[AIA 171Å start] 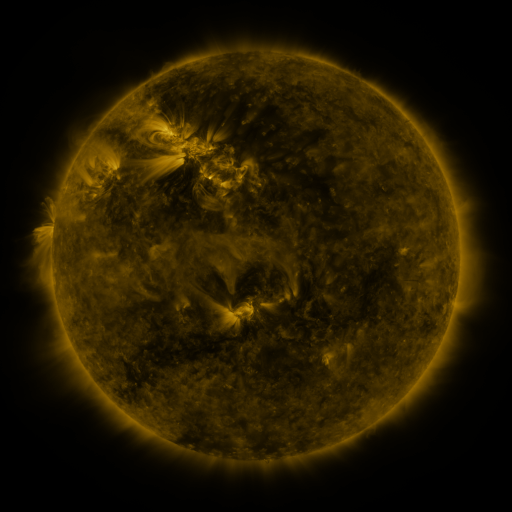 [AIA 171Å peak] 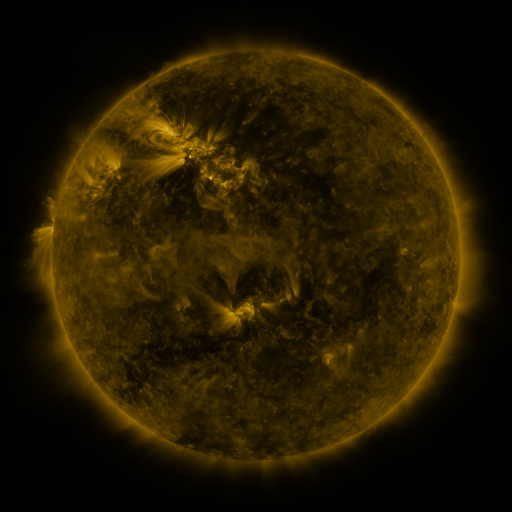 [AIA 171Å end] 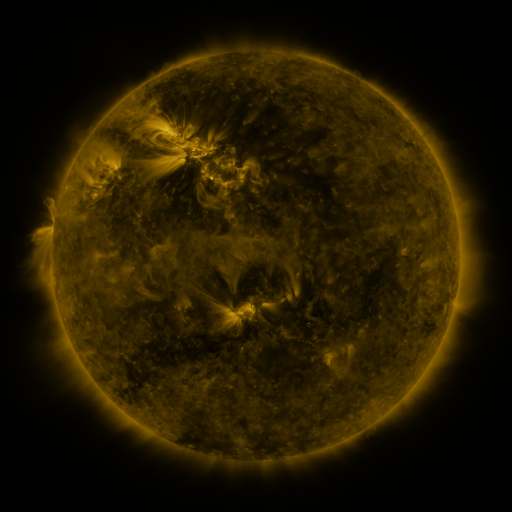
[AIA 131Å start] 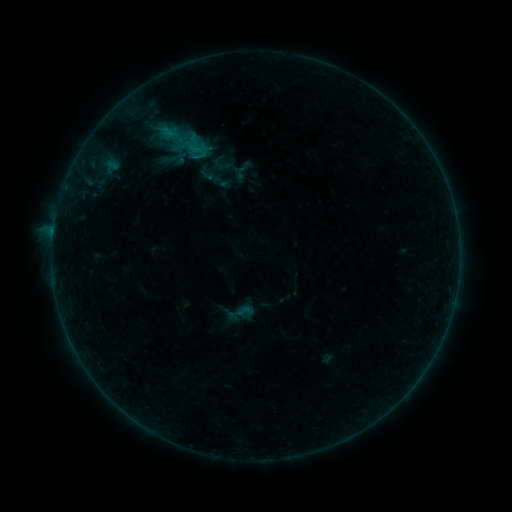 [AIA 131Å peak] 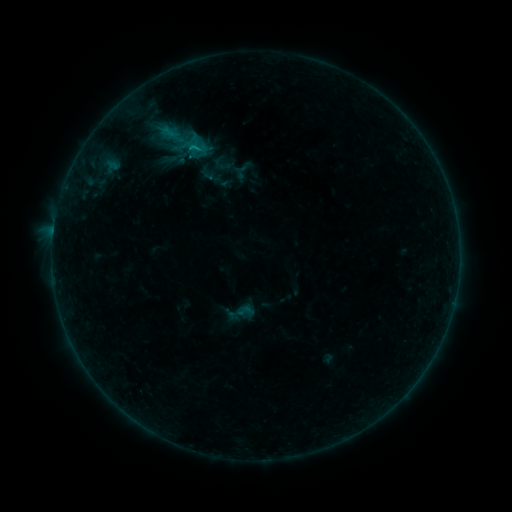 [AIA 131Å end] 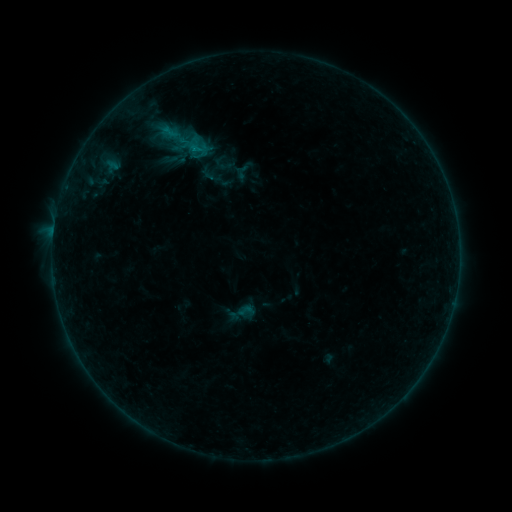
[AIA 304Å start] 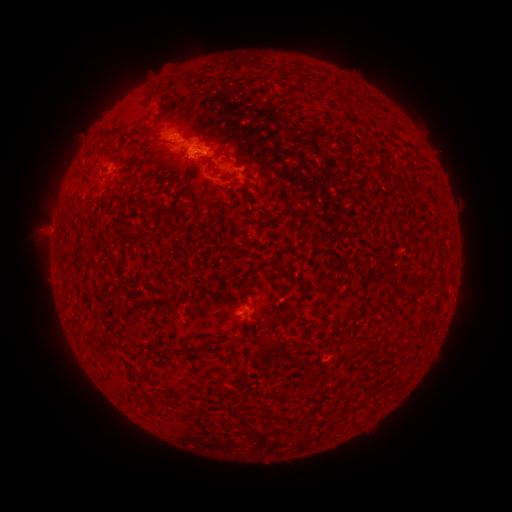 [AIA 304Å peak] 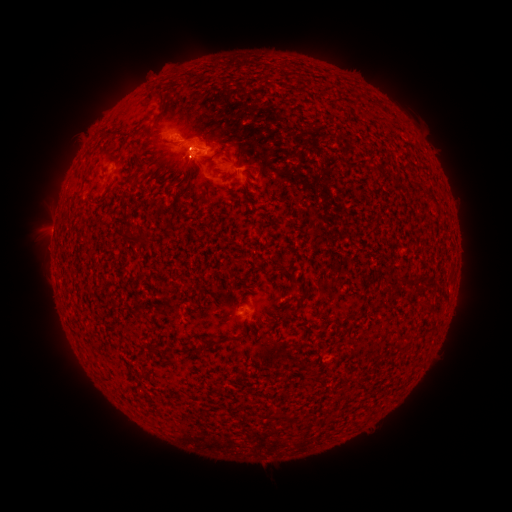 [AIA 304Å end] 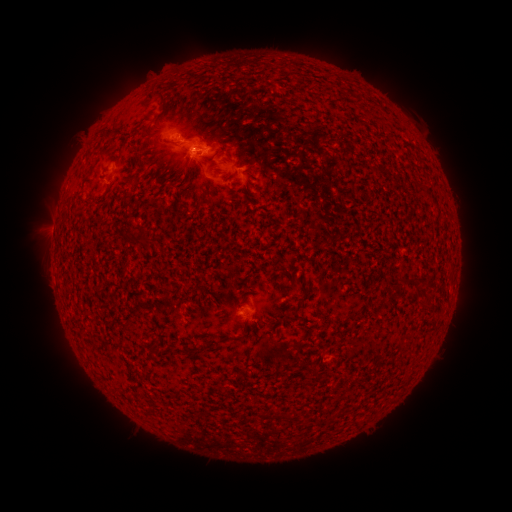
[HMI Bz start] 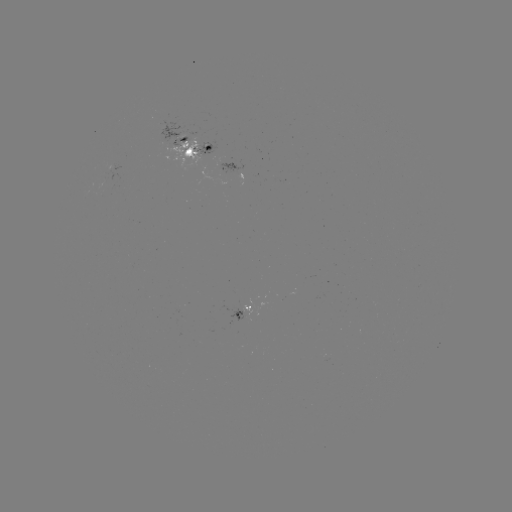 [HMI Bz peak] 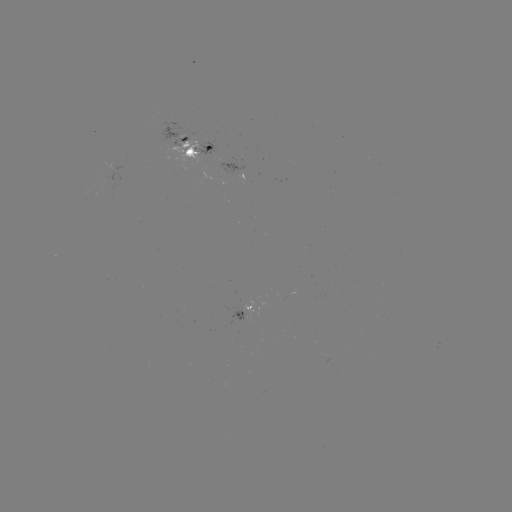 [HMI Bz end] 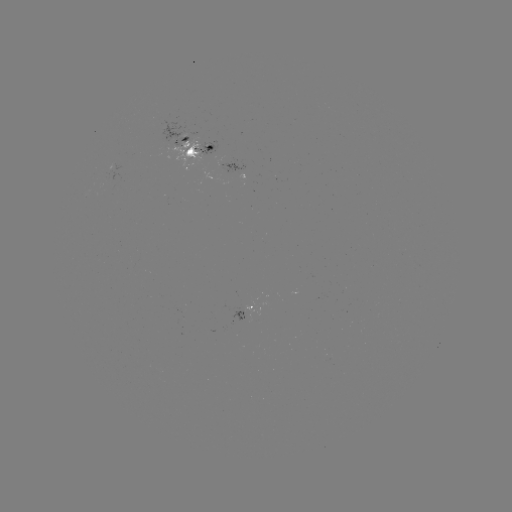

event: emerging-flux region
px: (192, 150)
